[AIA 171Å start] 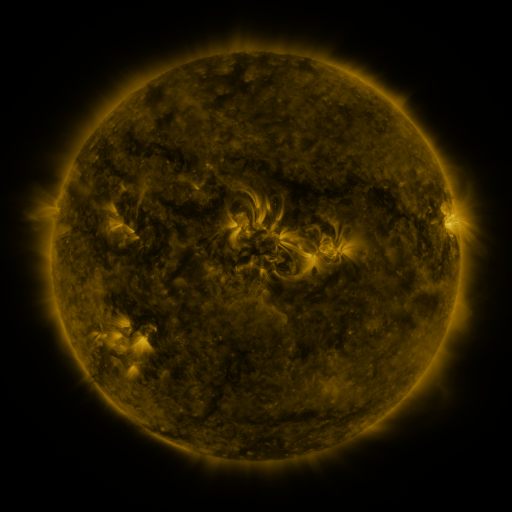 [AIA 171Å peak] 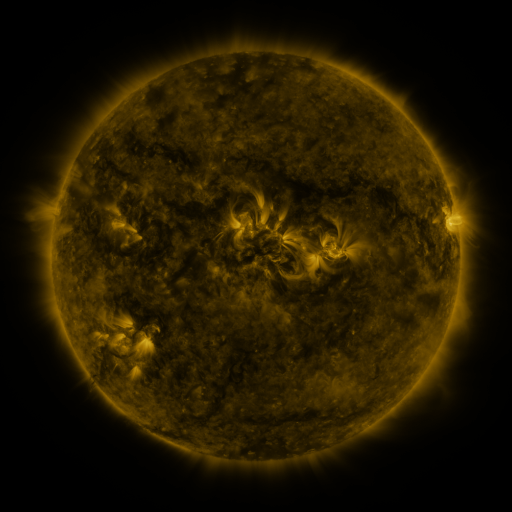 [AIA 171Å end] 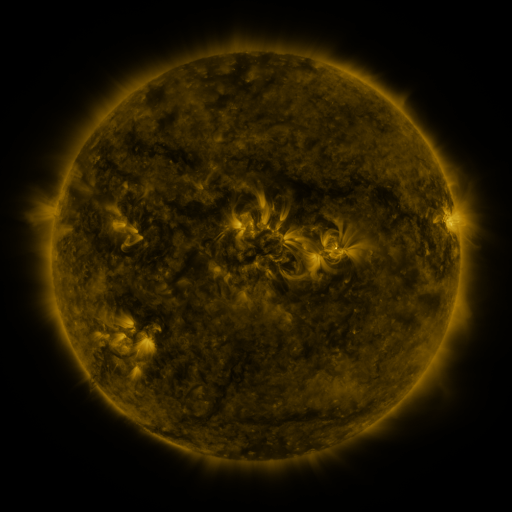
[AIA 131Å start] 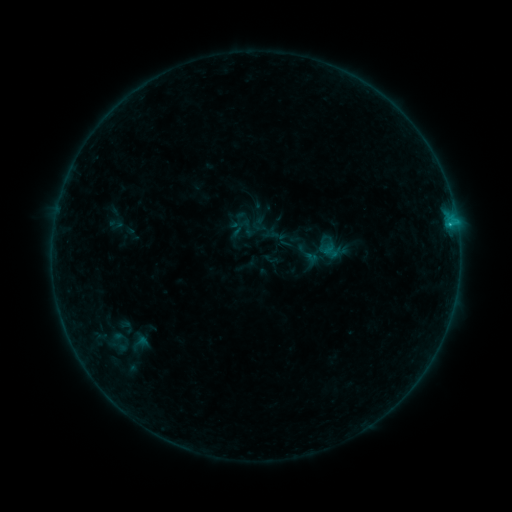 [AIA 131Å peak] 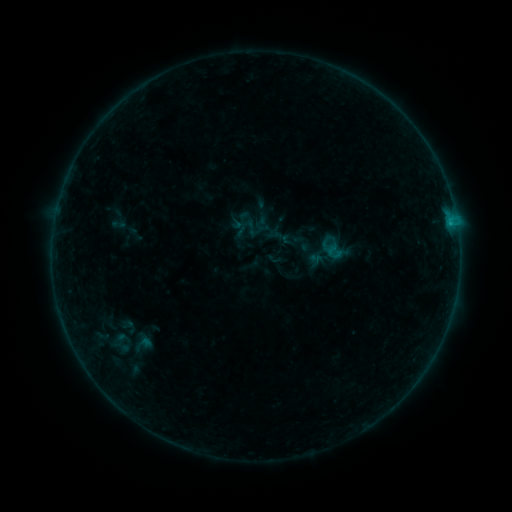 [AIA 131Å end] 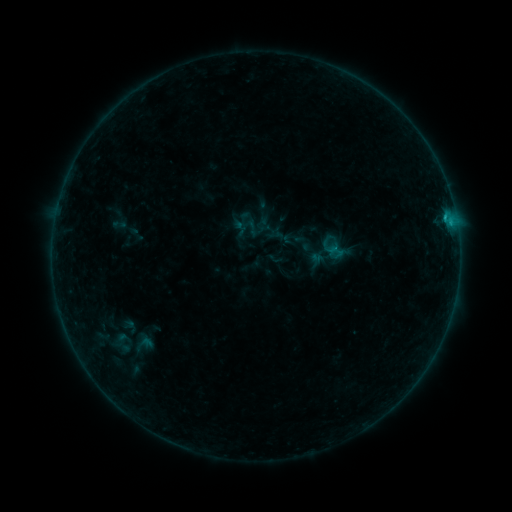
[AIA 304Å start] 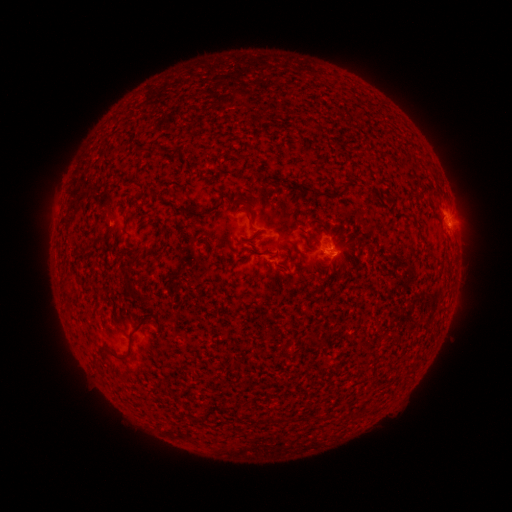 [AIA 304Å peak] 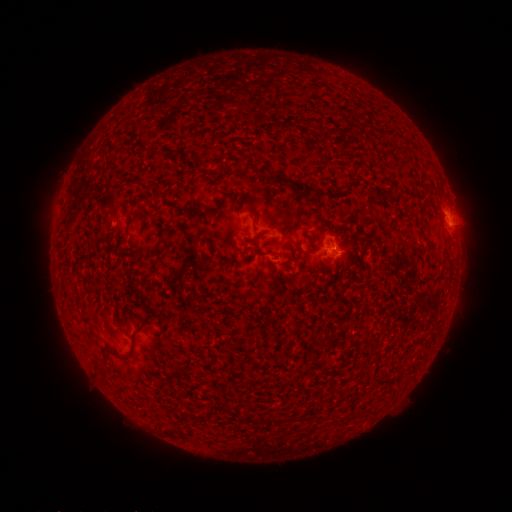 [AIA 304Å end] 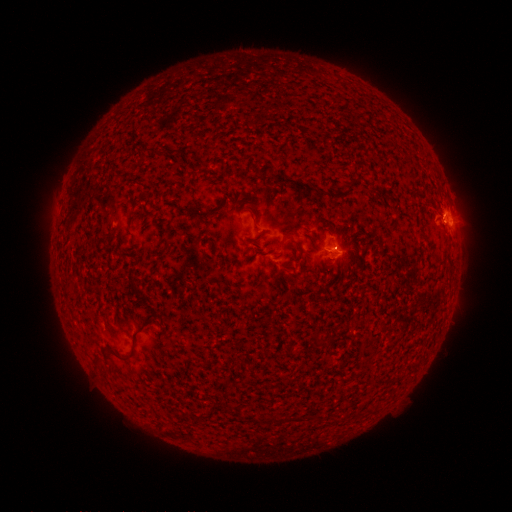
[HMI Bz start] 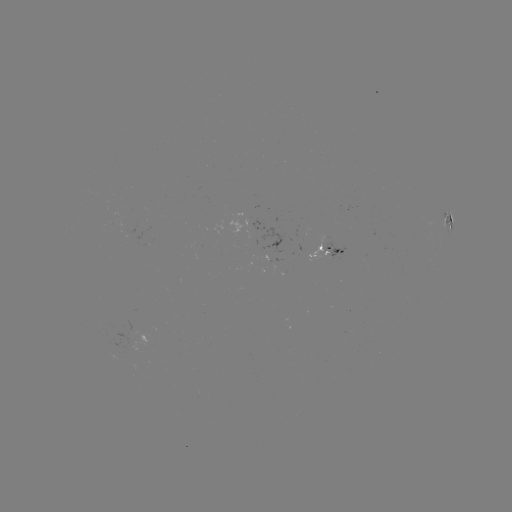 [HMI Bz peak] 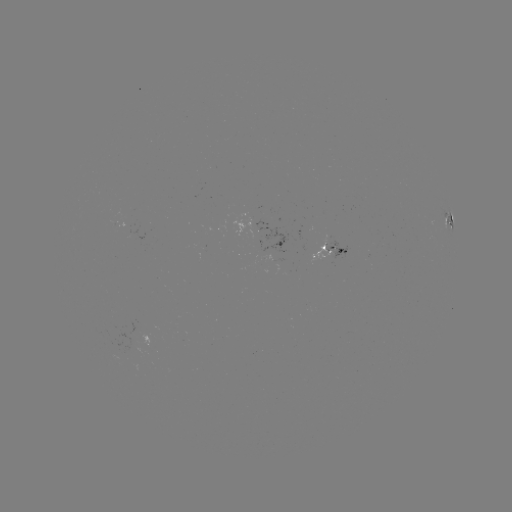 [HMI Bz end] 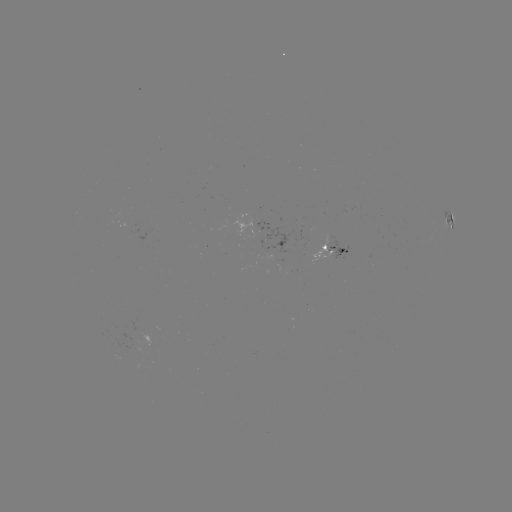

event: emerging-flux region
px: (252, 215)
